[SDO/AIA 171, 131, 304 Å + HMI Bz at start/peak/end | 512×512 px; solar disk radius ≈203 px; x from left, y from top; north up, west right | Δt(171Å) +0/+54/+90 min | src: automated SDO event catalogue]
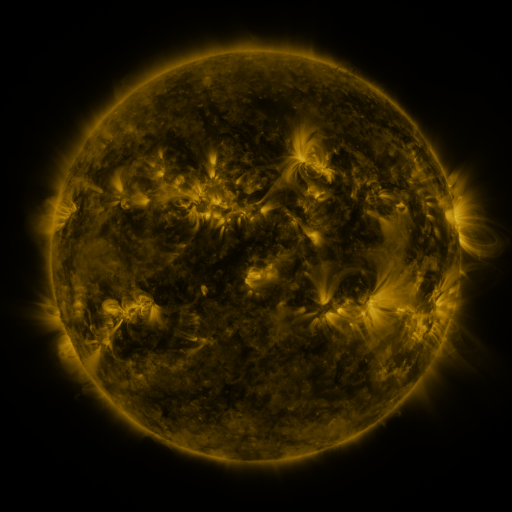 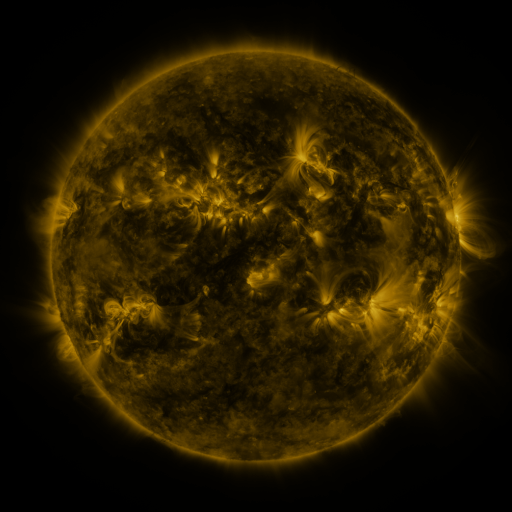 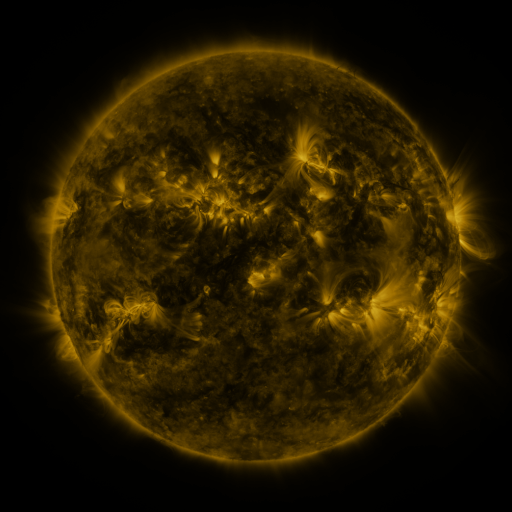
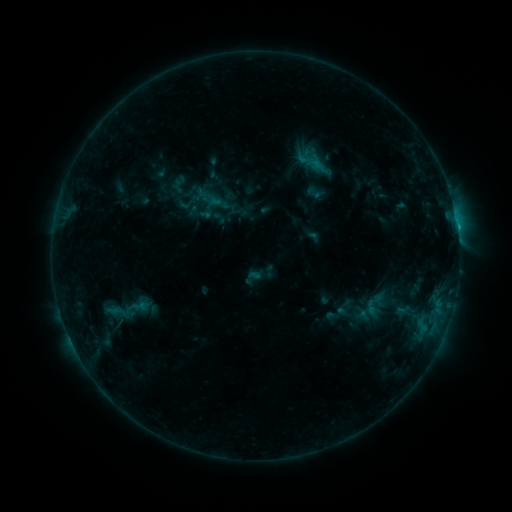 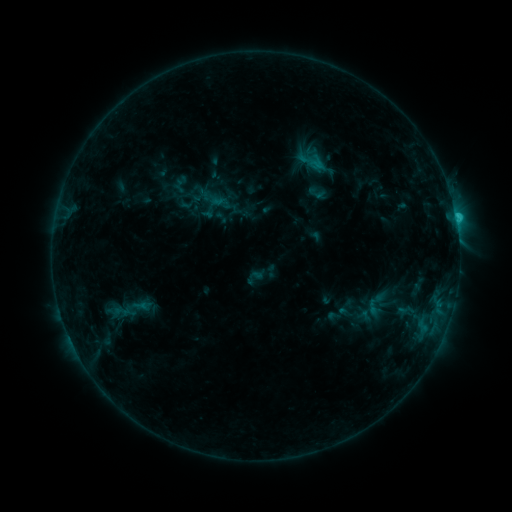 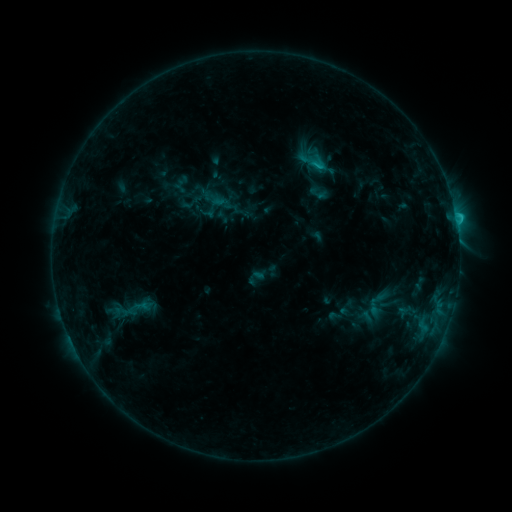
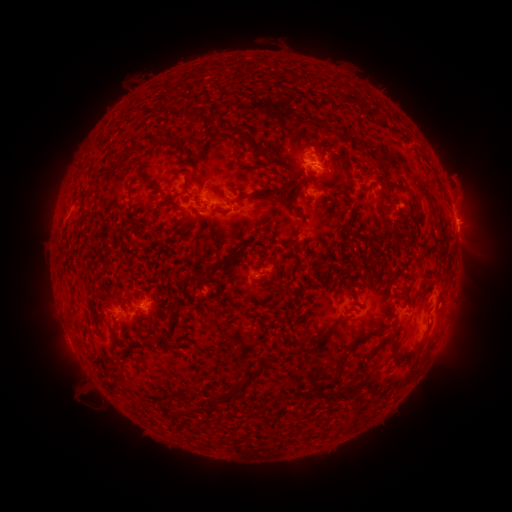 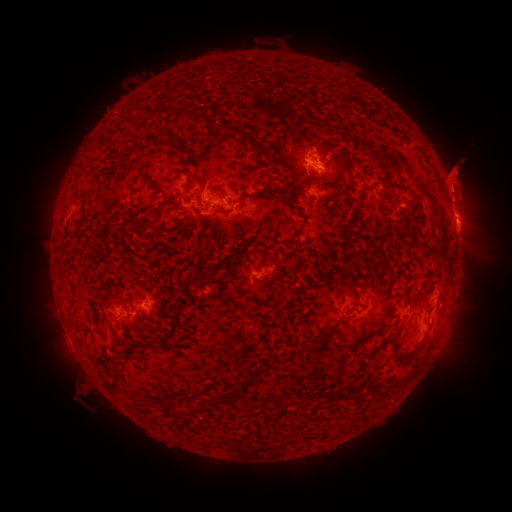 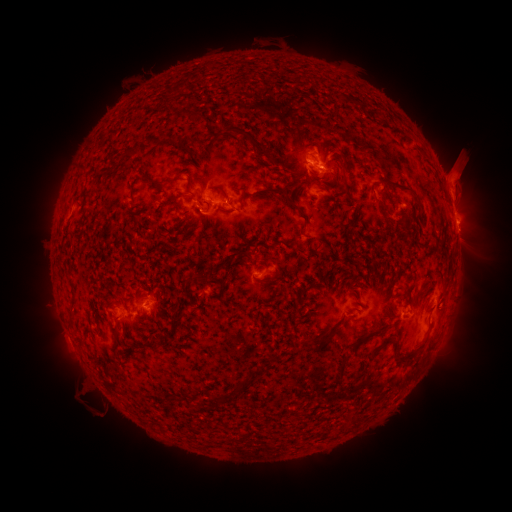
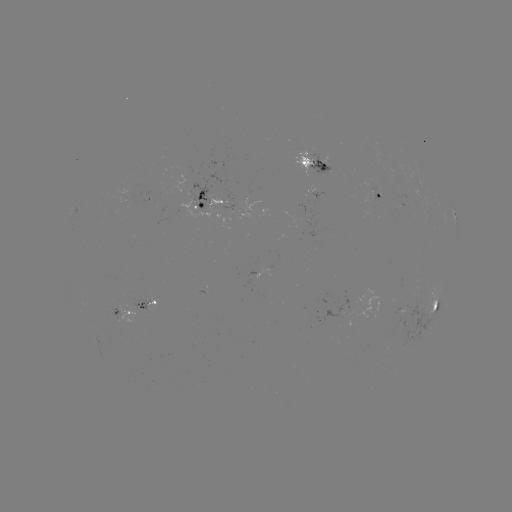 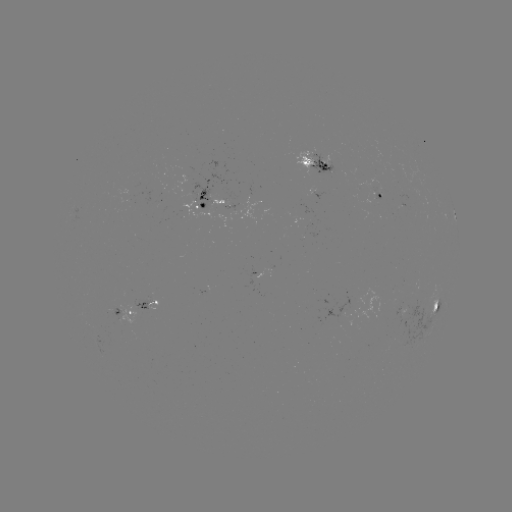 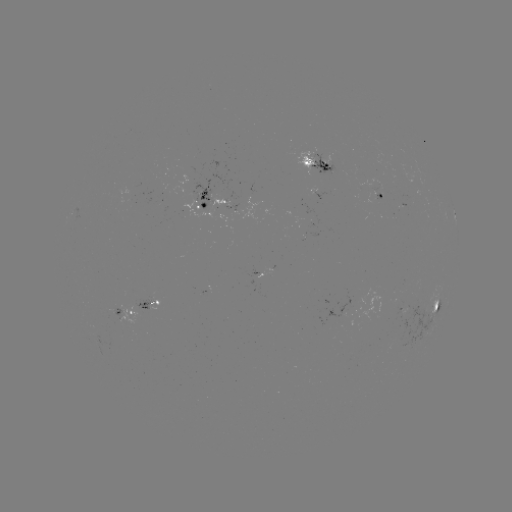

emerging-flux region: <bbox>224, 180, 236, 206</bbox>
